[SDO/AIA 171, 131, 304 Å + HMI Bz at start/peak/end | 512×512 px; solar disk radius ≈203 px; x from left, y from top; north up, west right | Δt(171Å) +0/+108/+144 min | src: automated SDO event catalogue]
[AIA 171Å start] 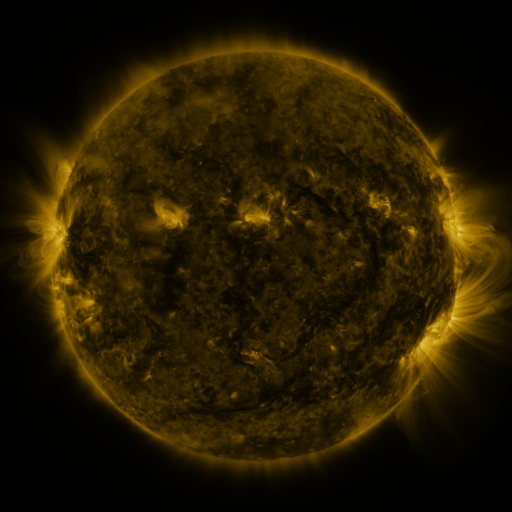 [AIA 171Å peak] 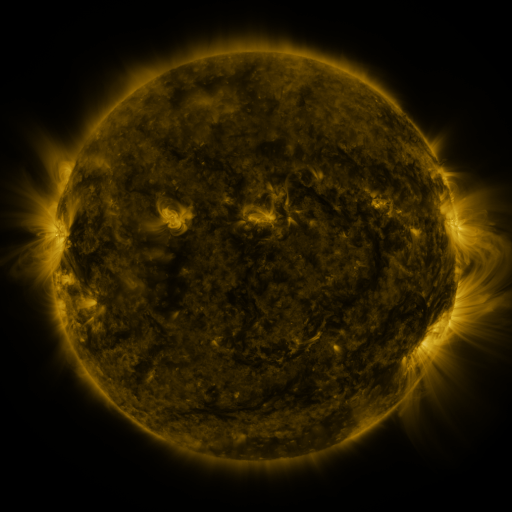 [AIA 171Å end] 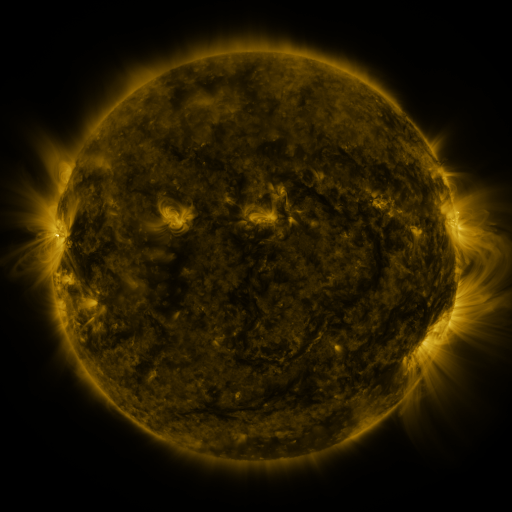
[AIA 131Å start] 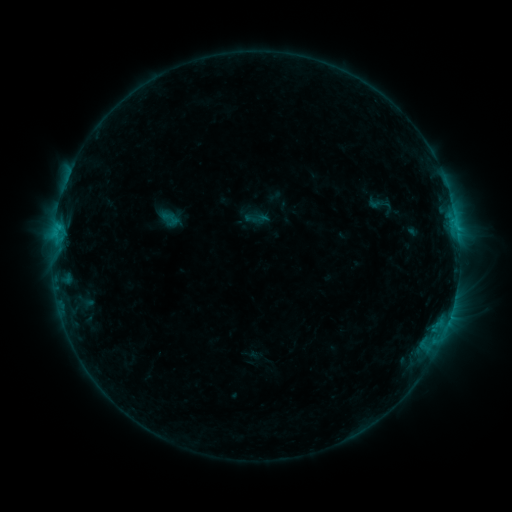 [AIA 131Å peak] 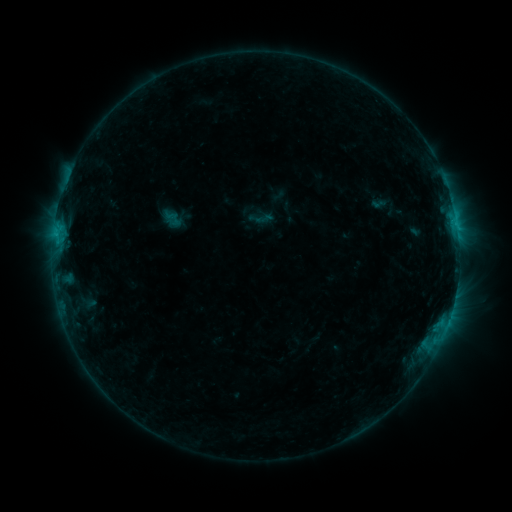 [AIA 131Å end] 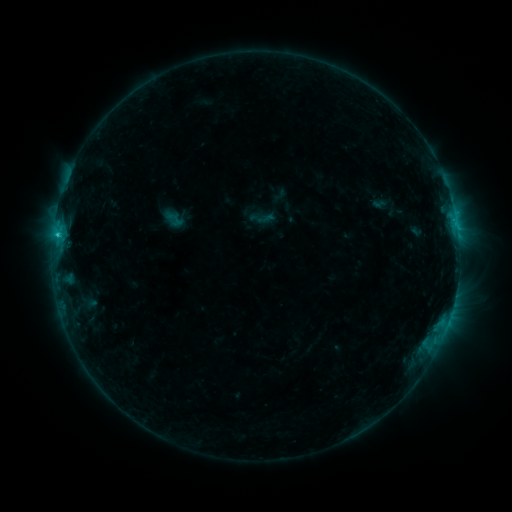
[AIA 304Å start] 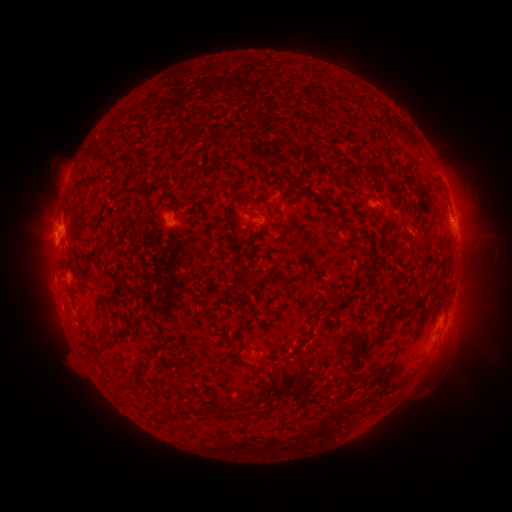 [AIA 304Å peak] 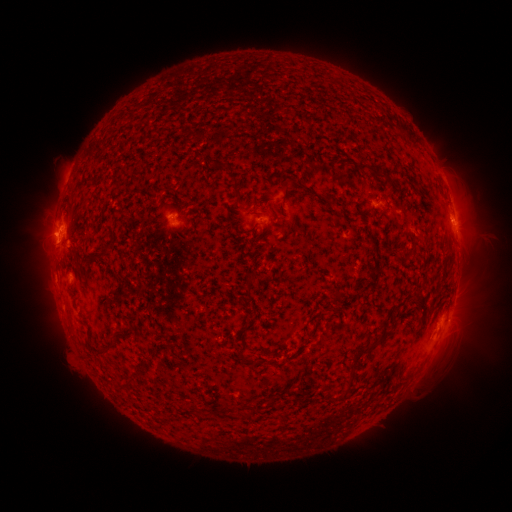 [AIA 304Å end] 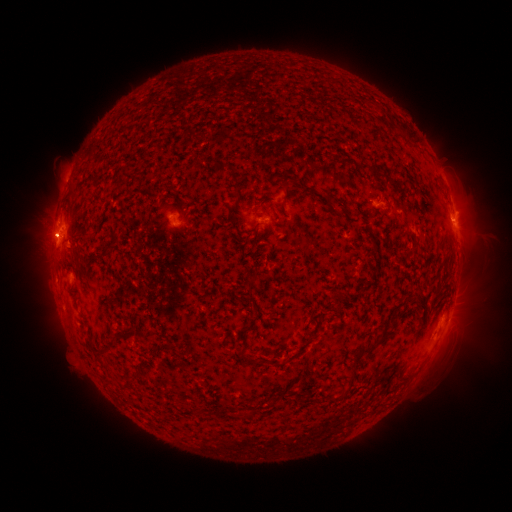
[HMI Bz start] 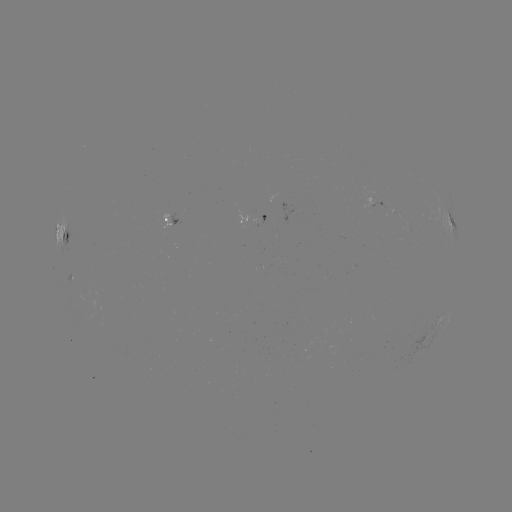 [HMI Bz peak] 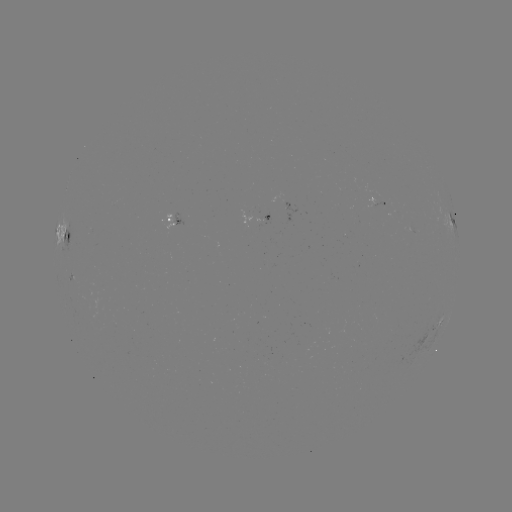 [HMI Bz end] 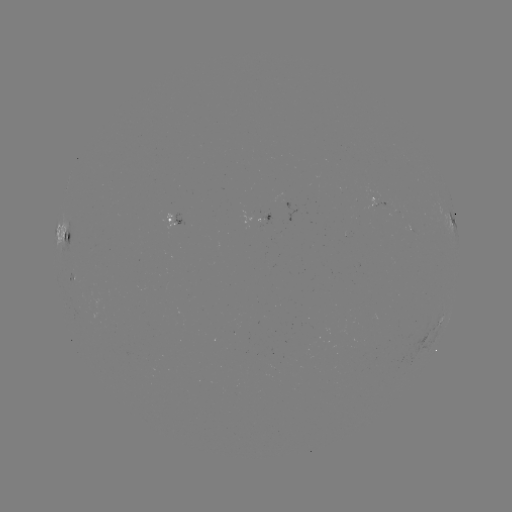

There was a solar emerging-flux region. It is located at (264, 220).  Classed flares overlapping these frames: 2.